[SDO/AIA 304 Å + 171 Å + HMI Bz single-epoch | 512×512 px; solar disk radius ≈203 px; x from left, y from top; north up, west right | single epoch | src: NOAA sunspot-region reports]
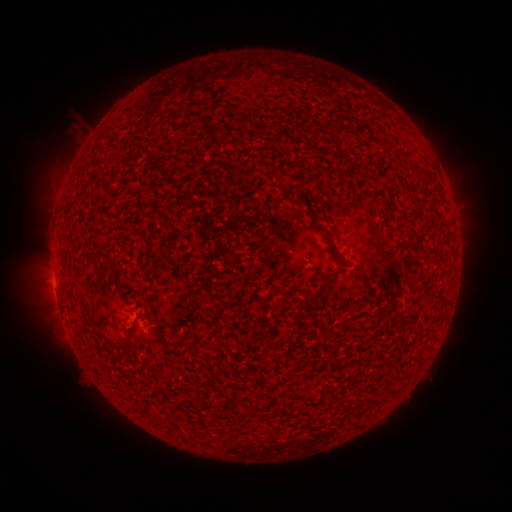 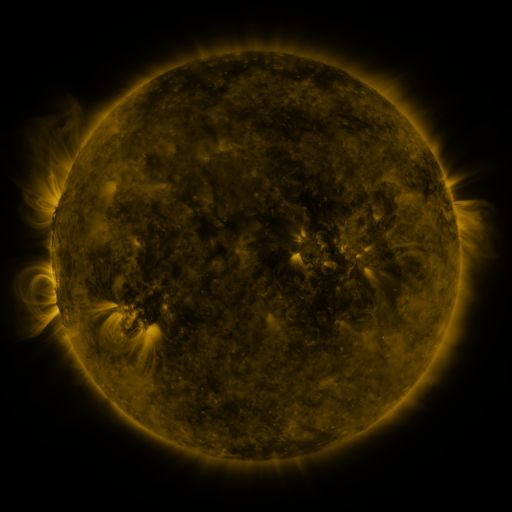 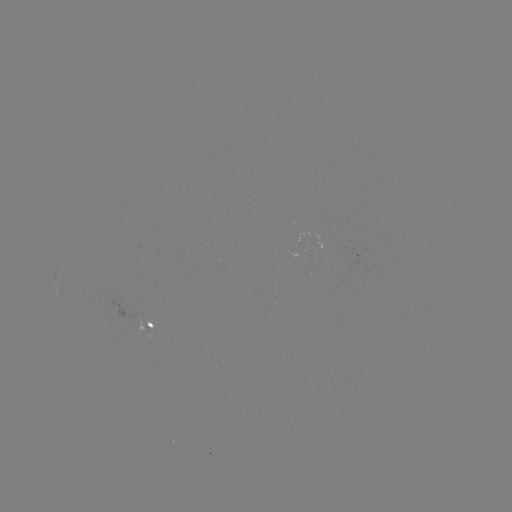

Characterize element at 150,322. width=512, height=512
spotted active region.